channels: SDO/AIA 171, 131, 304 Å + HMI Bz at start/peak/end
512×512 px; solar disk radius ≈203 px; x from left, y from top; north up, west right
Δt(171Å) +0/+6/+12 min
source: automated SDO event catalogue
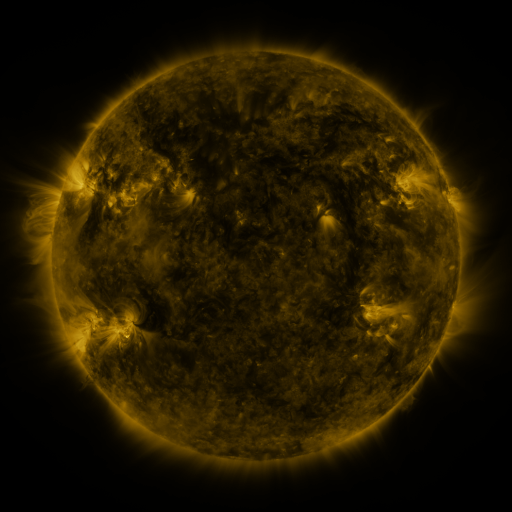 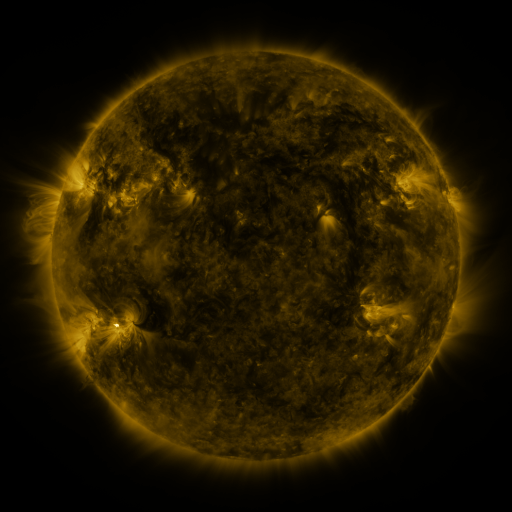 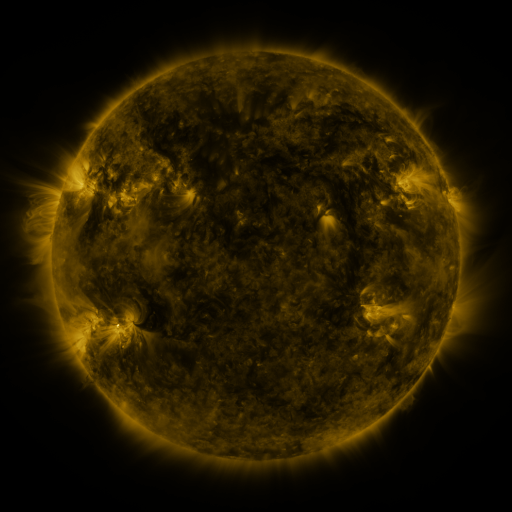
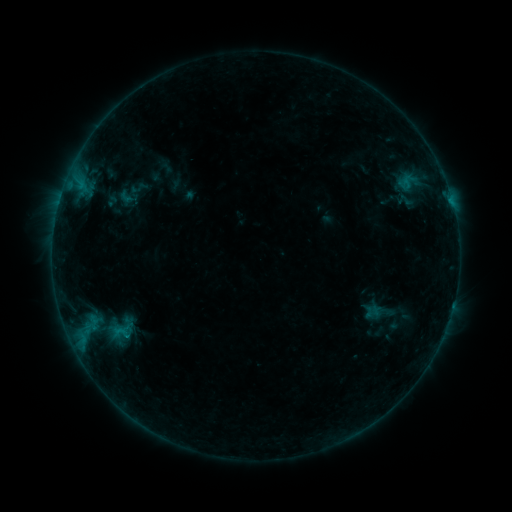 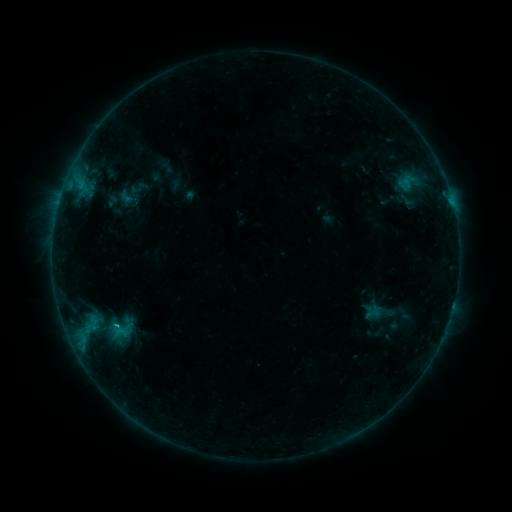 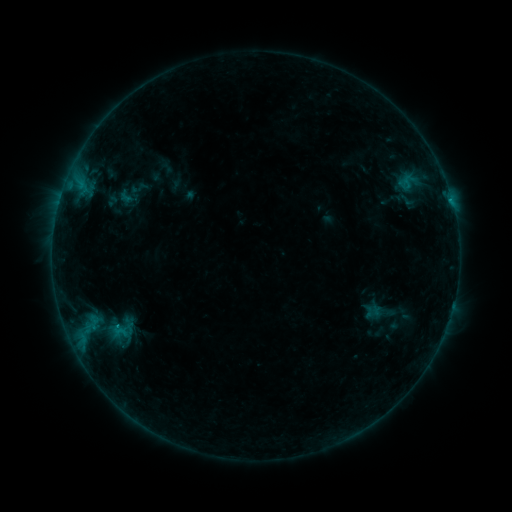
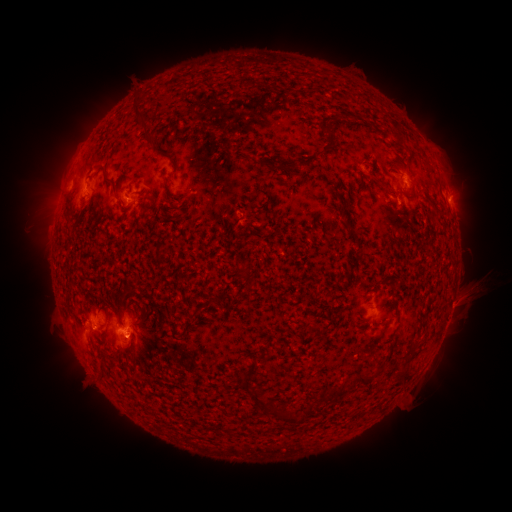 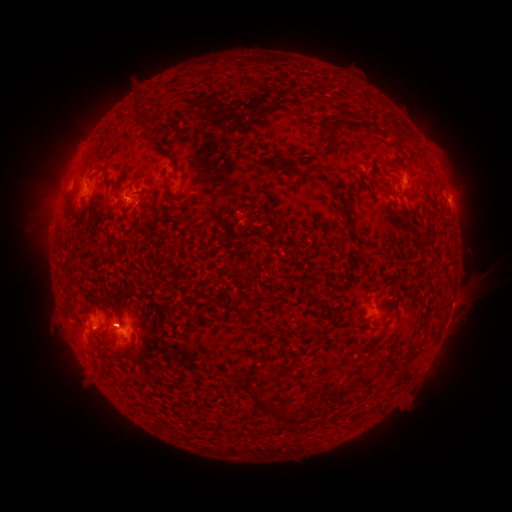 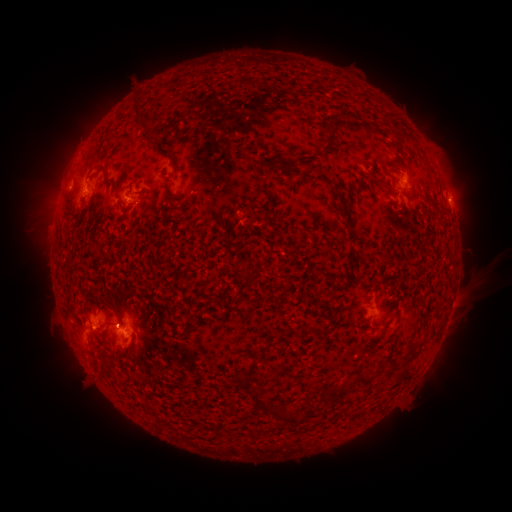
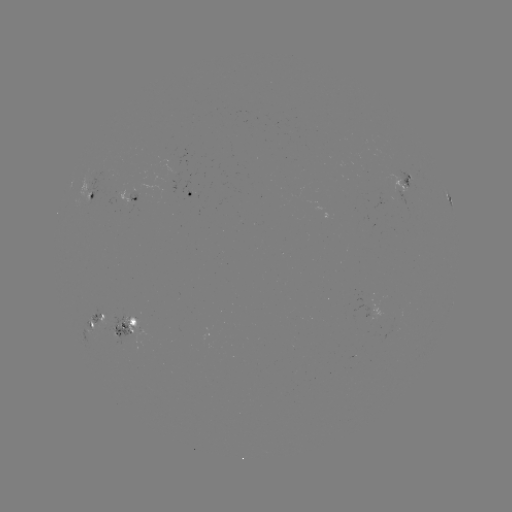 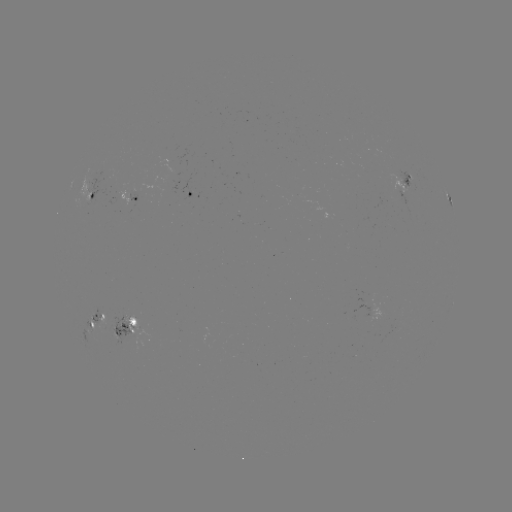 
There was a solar flare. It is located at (118, 323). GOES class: B6.7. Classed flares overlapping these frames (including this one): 1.